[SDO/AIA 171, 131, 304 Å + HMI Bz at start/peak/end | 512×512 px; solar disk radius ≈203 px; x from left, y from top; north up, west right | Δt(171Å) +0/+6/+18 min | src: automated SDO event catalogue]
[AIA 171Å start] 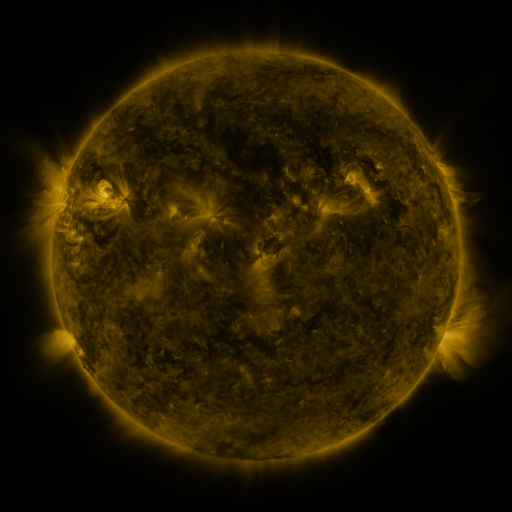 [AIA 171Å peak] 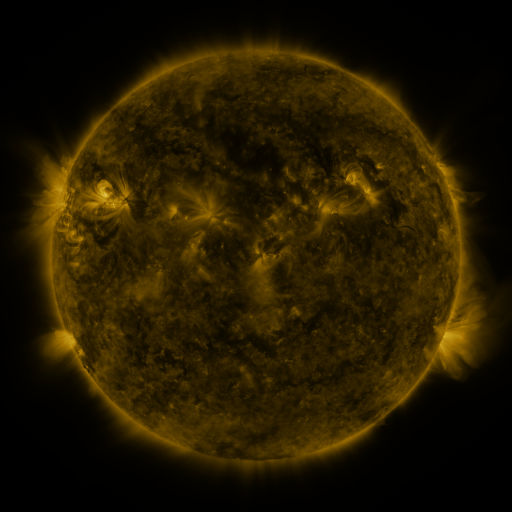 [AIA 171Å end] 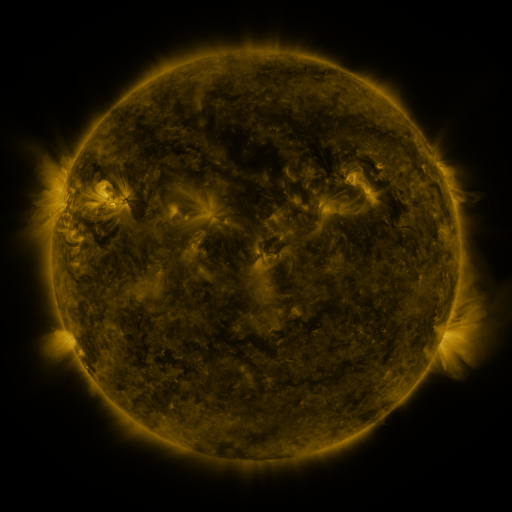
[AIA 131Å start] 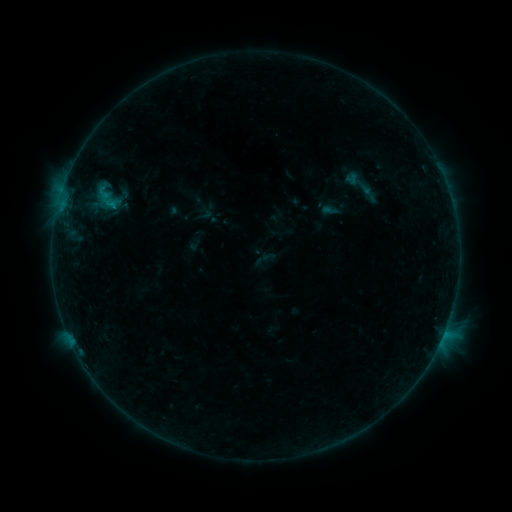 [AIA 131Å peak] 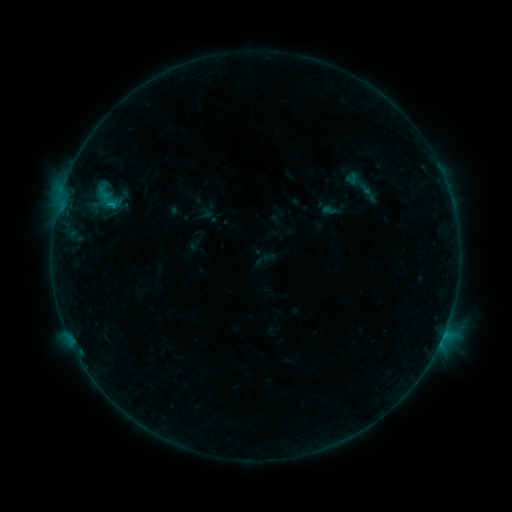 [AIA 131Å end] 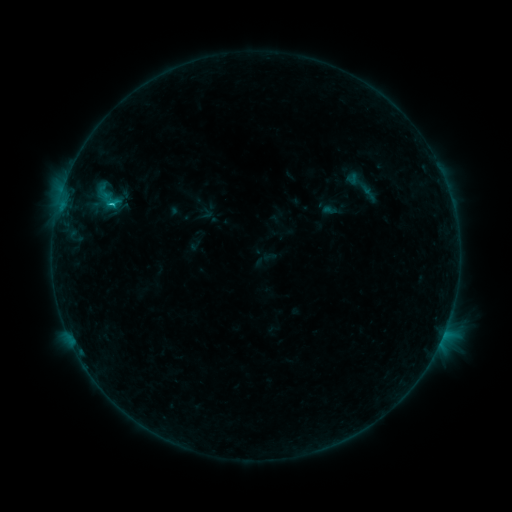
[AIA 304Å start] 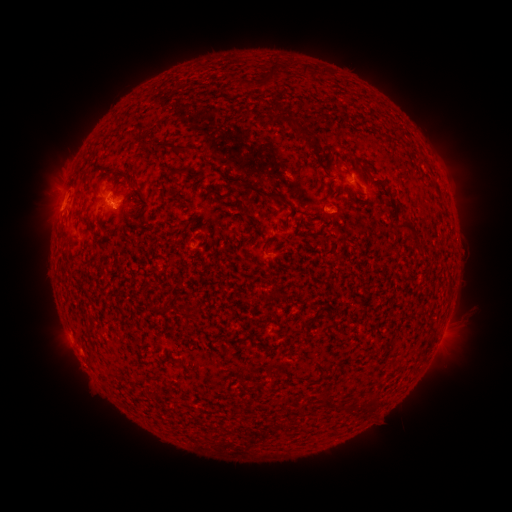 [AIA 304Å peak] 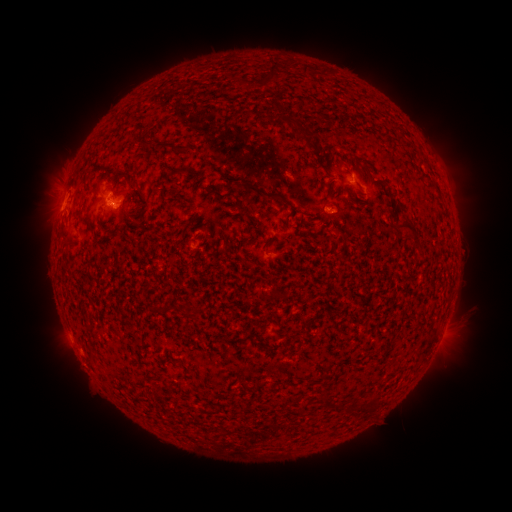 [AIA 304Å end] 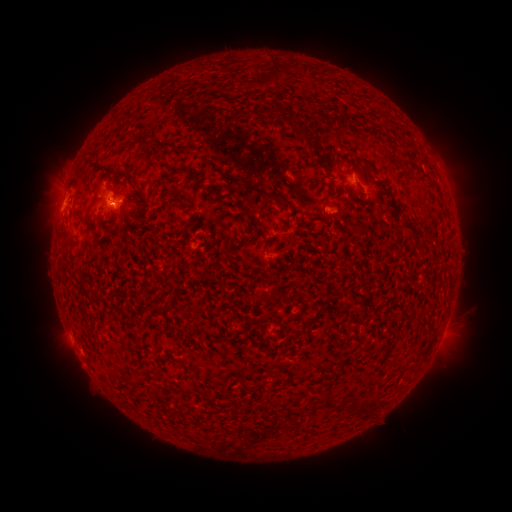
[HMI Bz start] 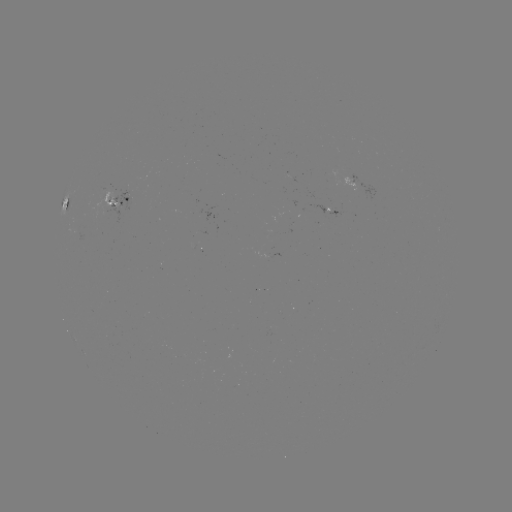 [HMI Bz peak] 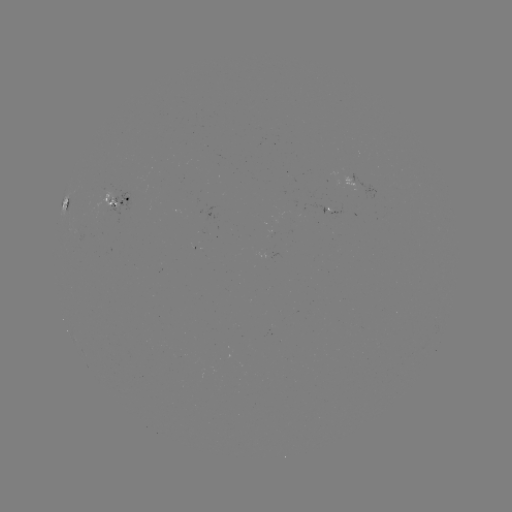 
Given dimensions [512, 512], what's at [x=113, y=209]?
B8.3 flare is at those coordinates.